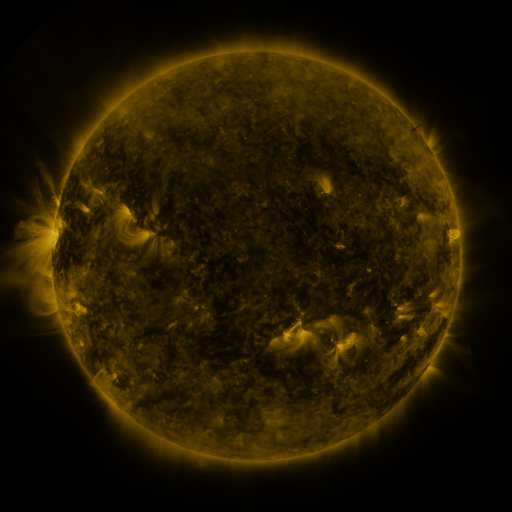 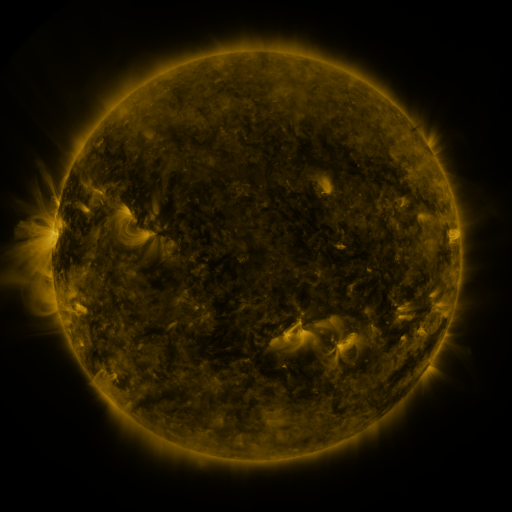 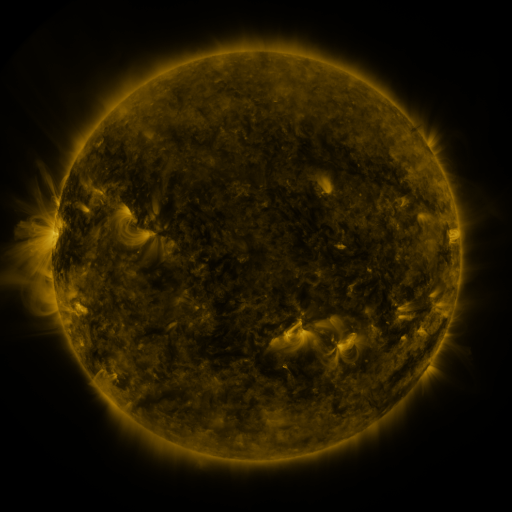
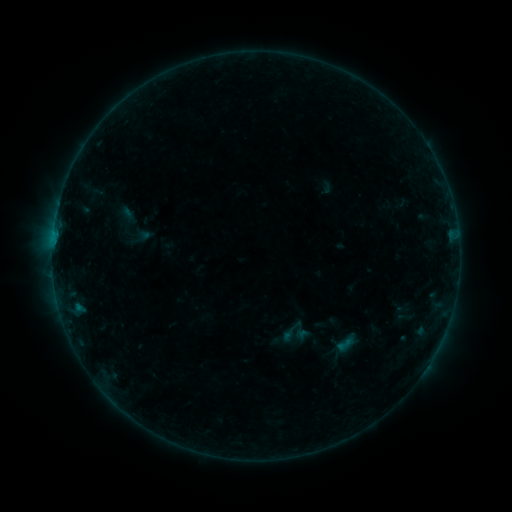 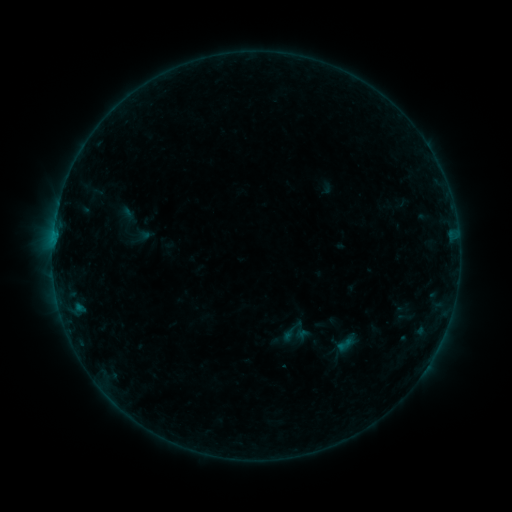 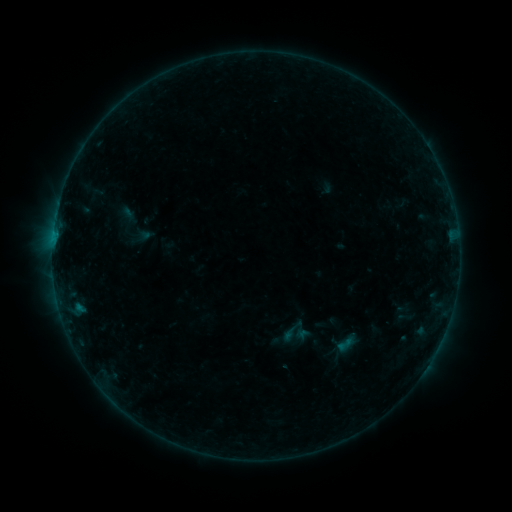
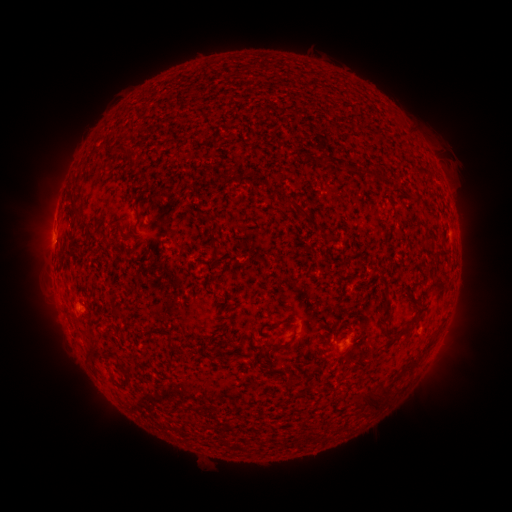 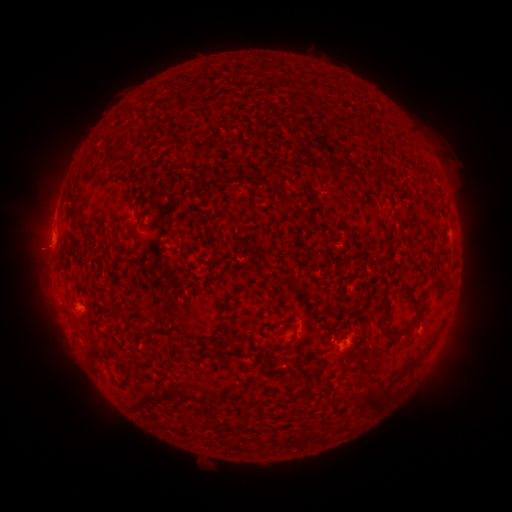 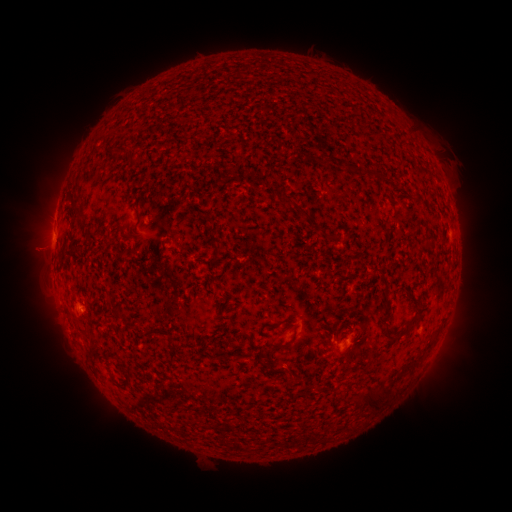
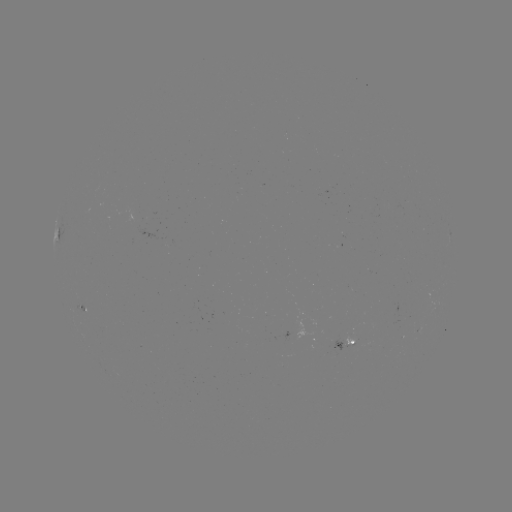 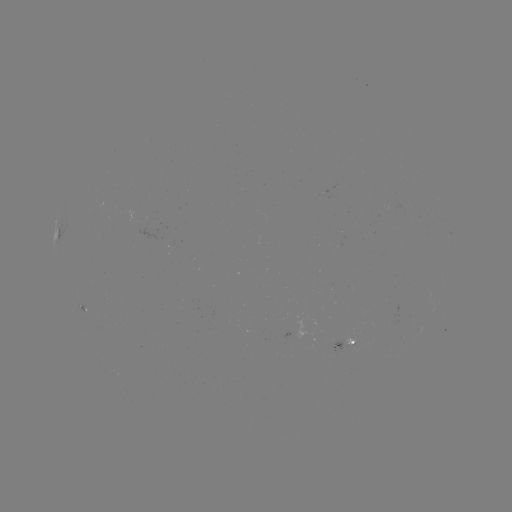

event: eruption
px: (42, 251)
